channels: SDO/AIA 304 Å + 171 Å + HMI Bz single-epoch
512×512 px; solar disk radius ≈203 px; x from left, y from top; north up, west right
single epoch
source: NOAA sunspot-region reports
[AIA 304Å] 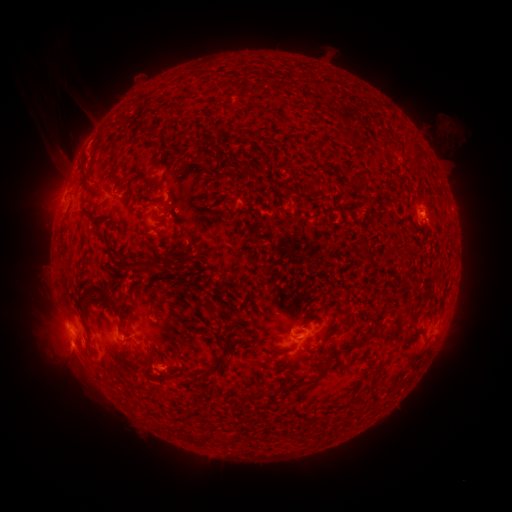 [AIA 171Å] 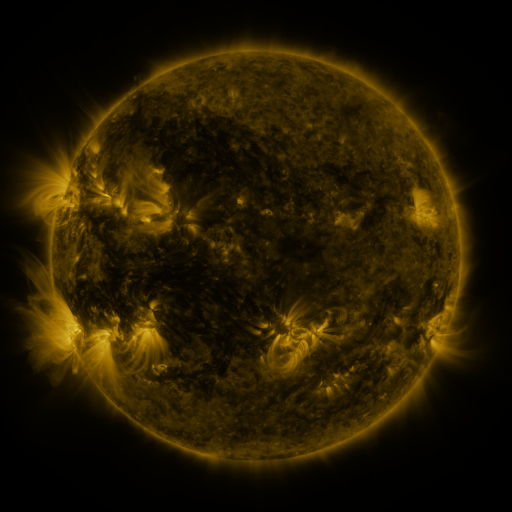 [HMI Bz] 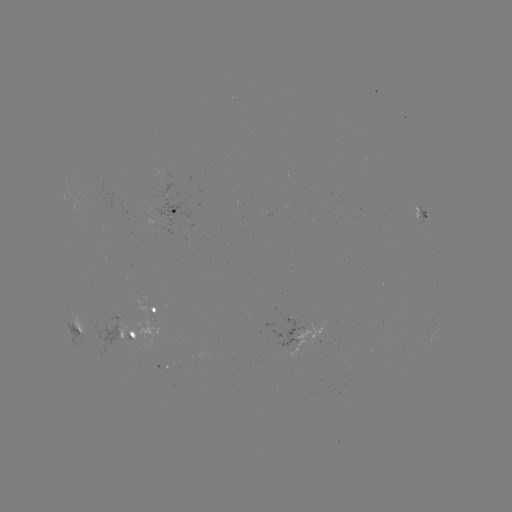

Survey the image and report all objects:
spotted active region: (173, 213)
spotted active region: (424, 213)
spotted active region: (155, 311)
spotted active region: (79, 332)
spotted active region: (303, 333)
spotted active region: (132, 336)
